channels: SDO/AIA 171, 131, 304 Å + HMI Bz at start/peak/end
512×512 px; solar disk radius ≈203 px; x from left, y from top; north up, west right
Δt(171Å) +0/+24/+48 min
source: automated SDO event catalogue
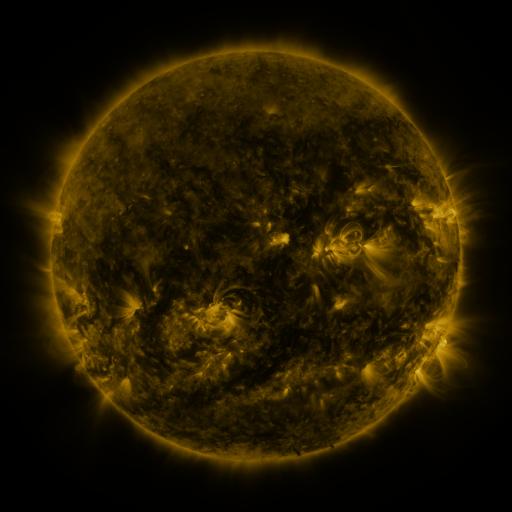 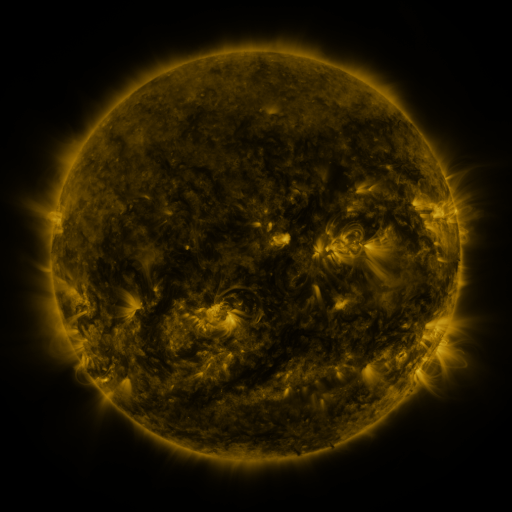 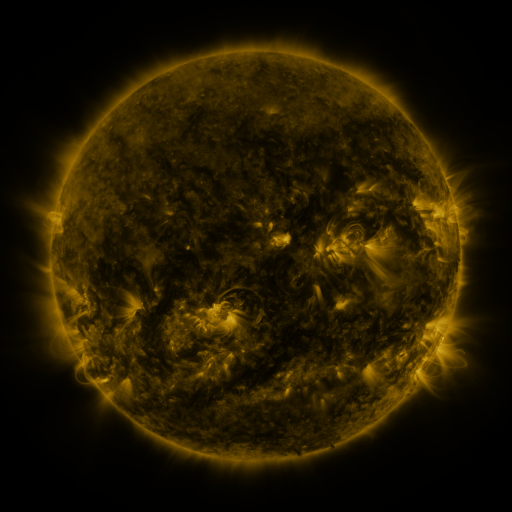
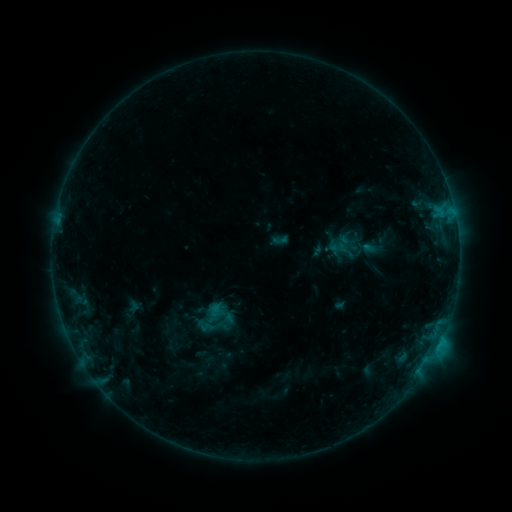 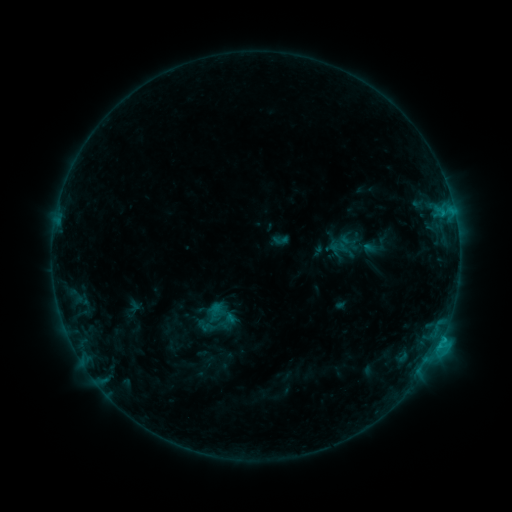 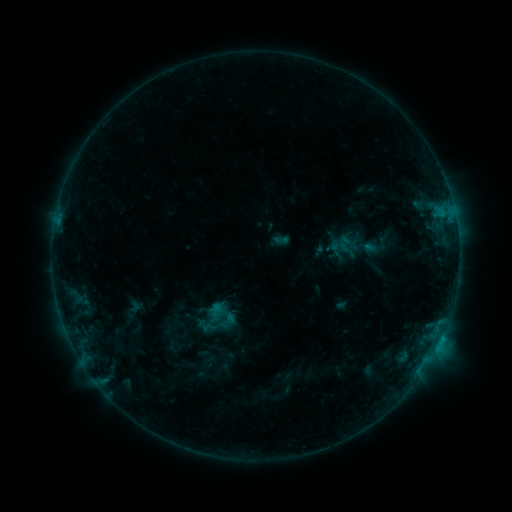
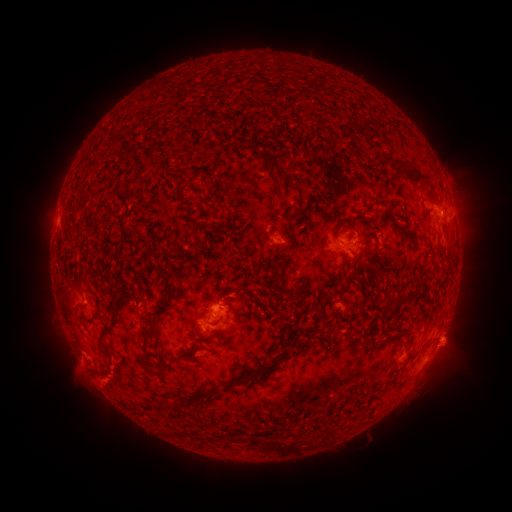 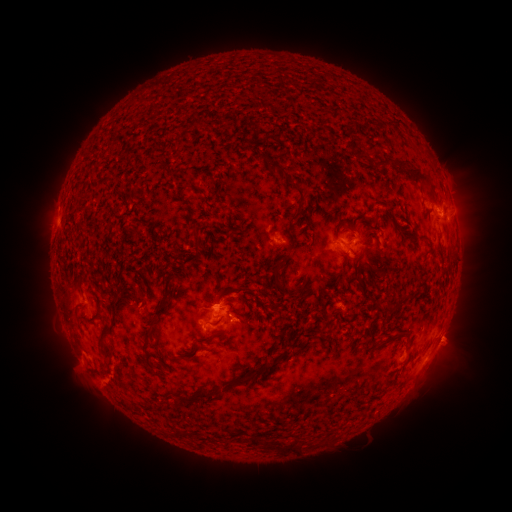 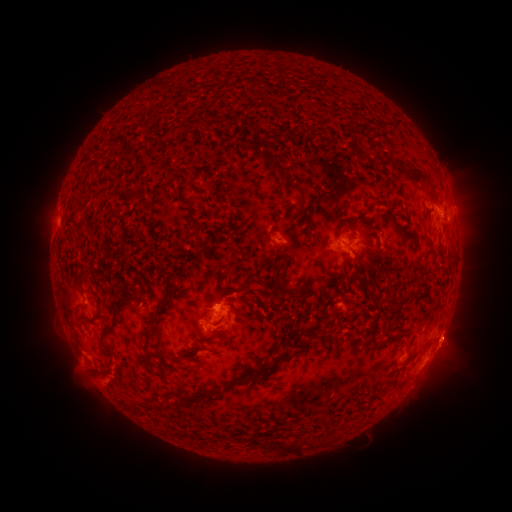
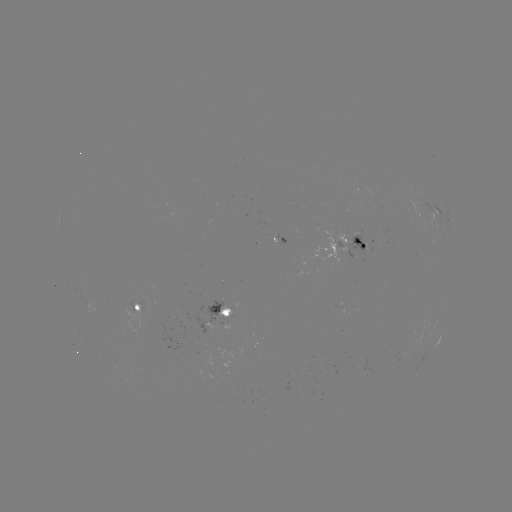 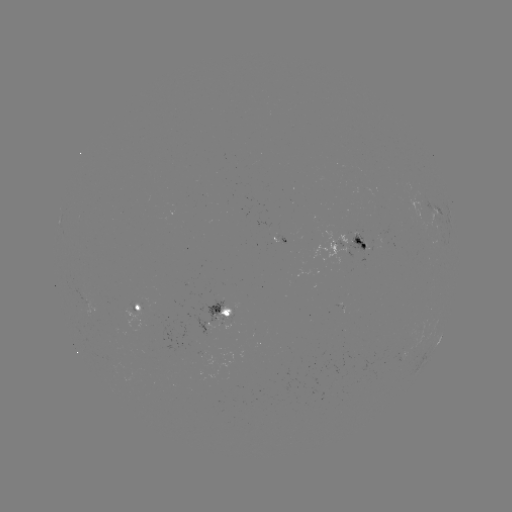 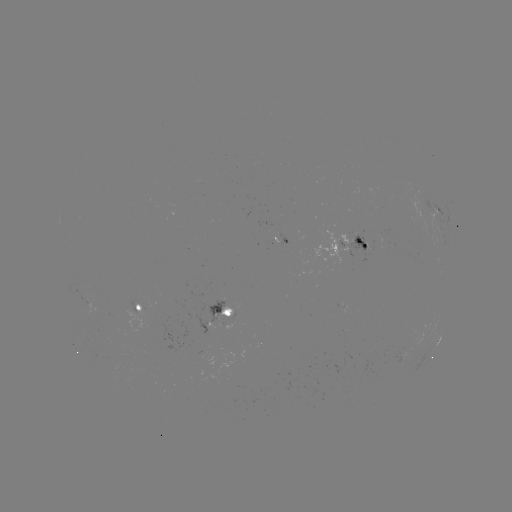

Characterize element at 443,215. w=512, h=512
C1.6 flare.